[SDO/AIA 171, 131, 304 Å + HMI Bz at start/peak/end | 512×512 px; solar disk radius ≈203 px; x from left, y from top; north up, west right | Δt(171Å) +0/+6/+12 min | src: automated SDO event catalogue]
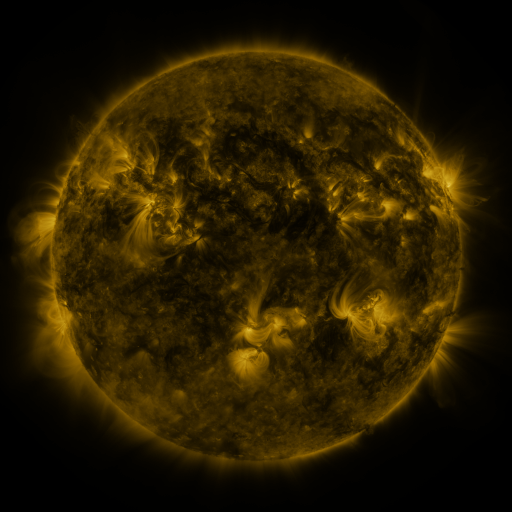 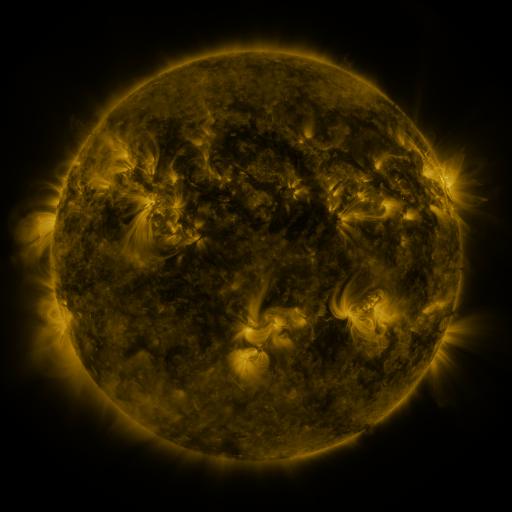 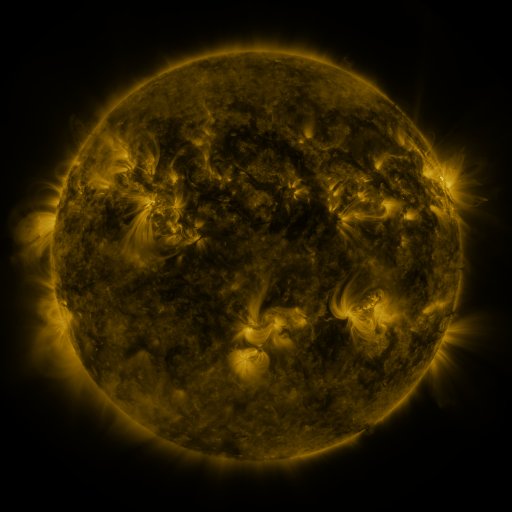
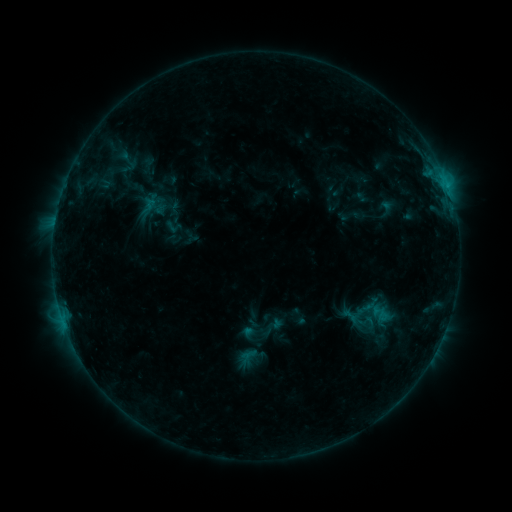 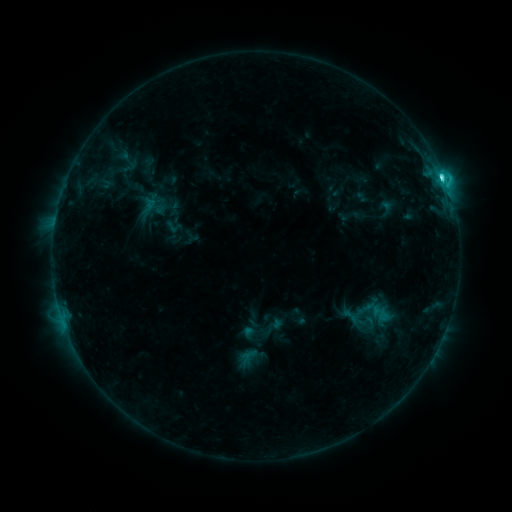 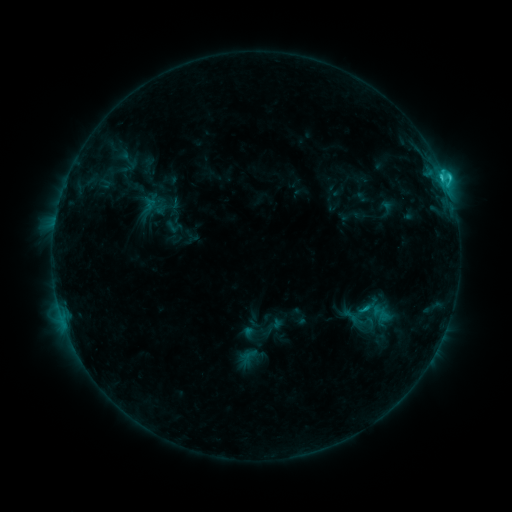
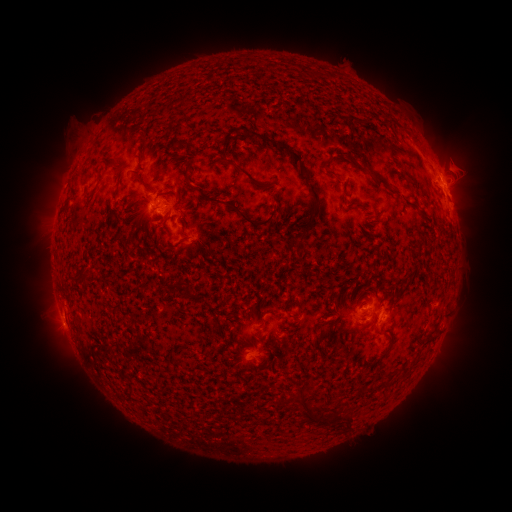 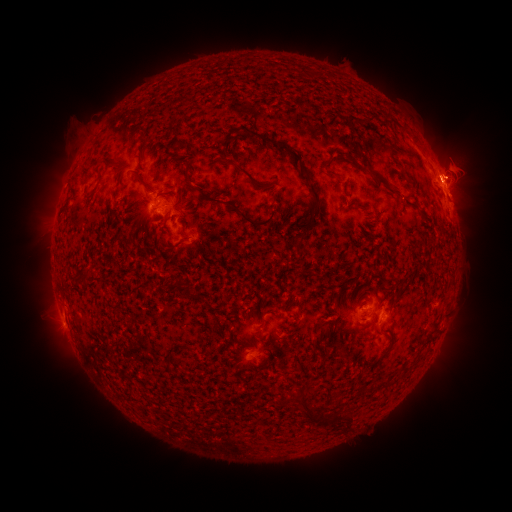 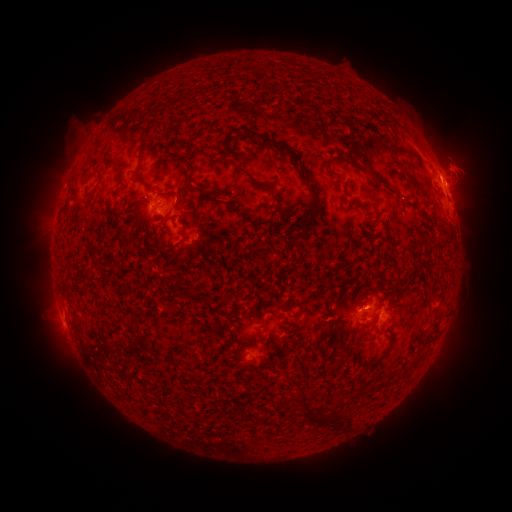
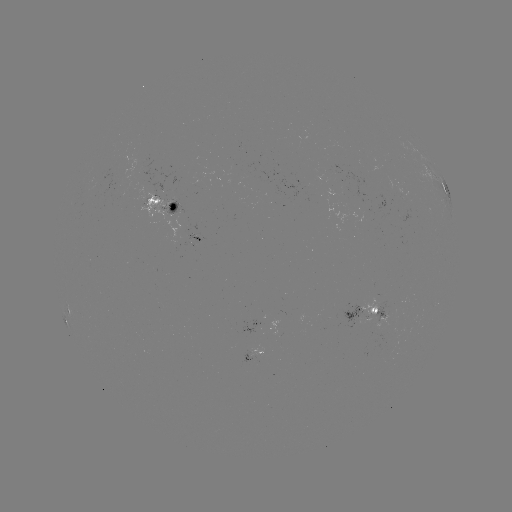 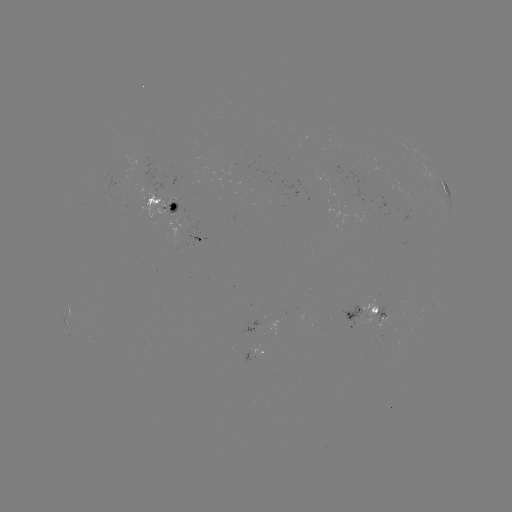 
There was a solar flare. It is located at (441, 178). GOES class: C3.4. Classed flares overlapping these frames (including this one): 1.